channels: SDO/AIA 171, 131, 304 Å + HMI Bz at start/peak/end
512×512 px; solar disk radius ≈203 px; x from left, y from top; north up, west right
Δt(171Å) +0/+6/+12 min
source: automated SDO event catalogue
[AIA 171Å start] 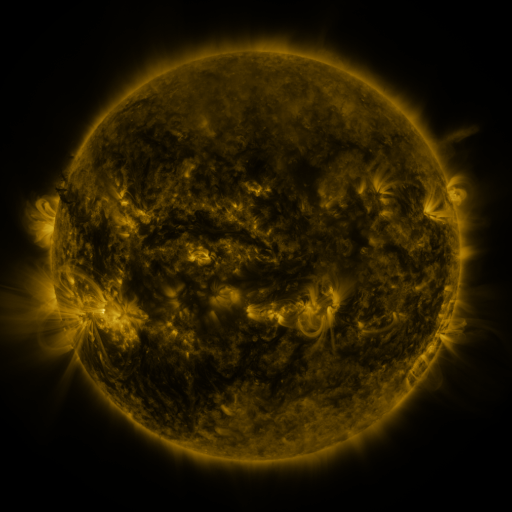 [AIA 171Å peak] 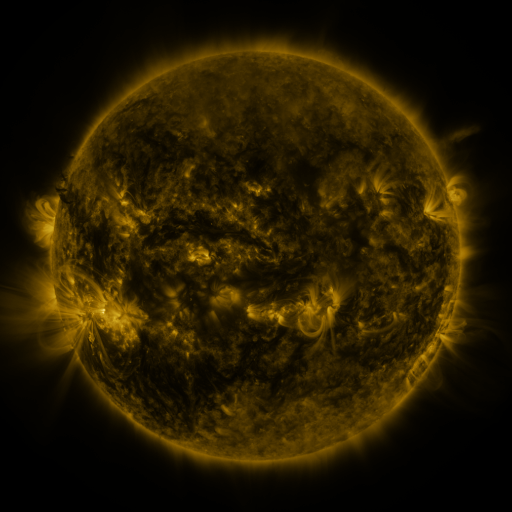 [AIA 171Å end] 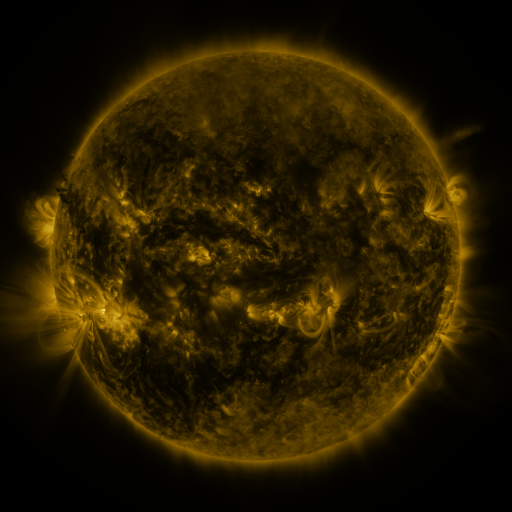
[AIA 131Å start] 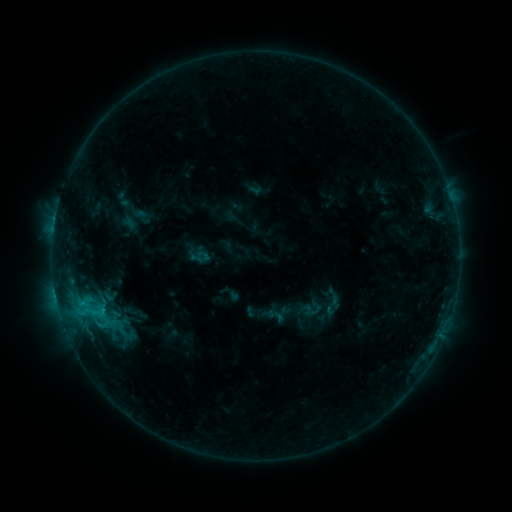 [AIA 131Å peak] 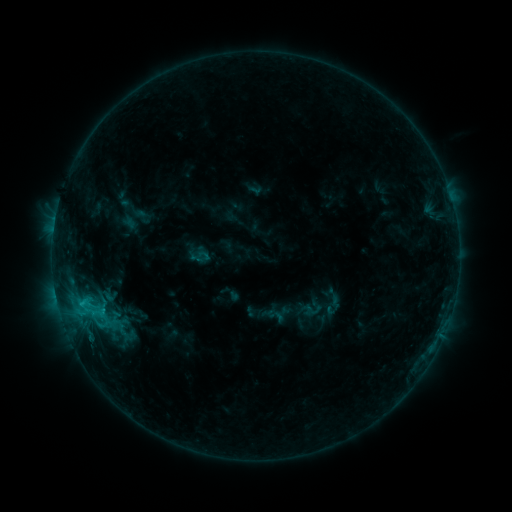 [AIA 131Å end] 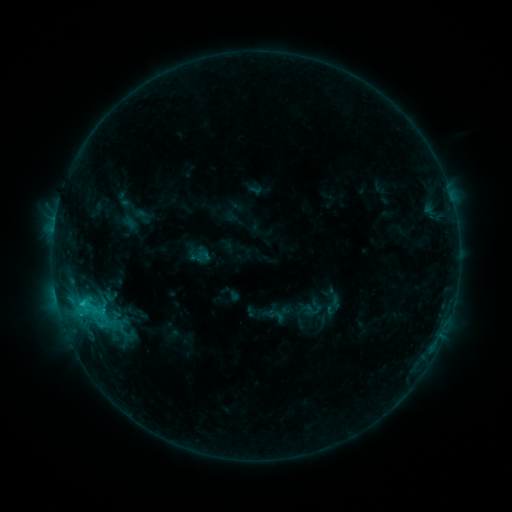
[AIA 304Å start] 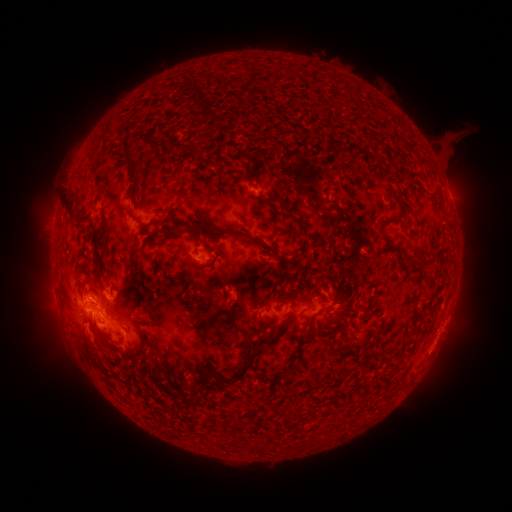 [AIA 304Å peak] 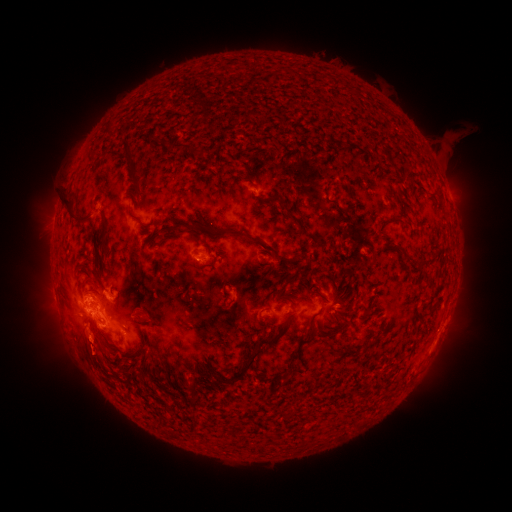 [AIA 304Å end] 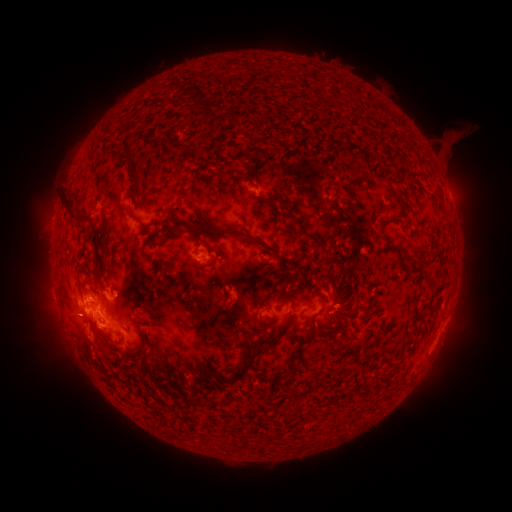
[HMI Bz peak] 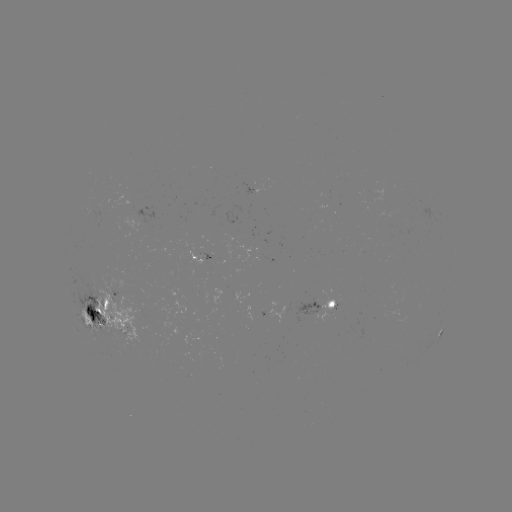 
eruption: [67, 333, 112, 382]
